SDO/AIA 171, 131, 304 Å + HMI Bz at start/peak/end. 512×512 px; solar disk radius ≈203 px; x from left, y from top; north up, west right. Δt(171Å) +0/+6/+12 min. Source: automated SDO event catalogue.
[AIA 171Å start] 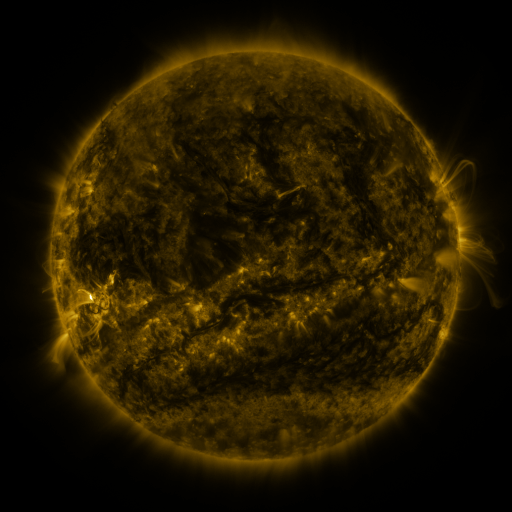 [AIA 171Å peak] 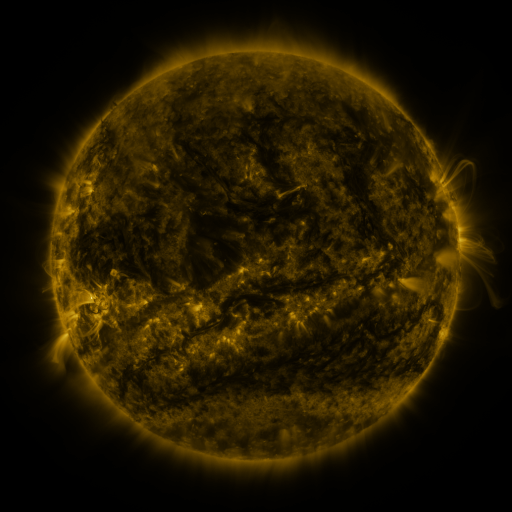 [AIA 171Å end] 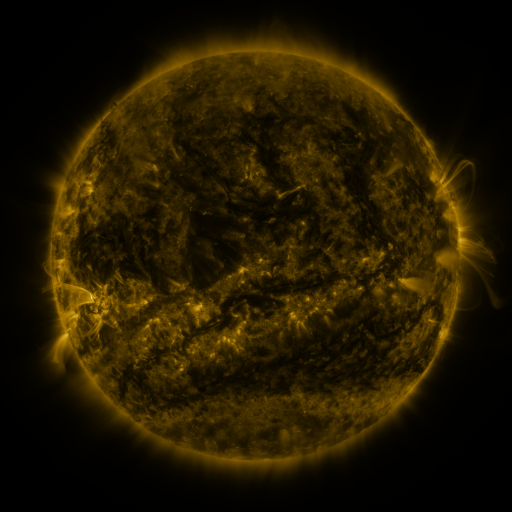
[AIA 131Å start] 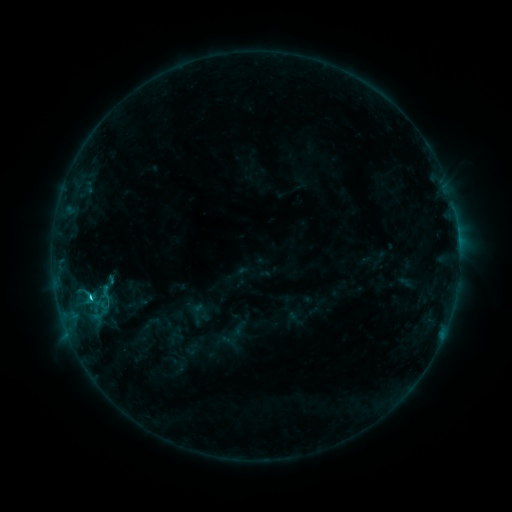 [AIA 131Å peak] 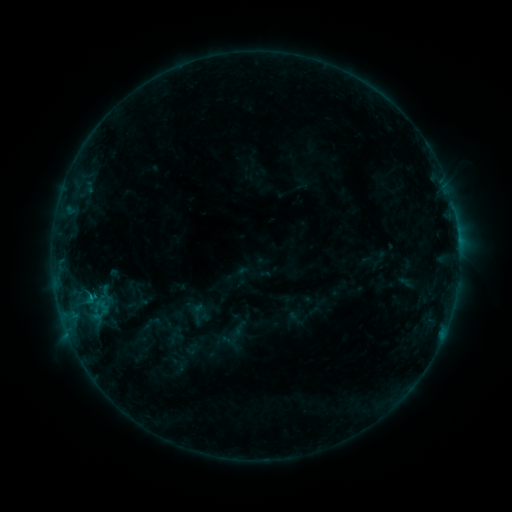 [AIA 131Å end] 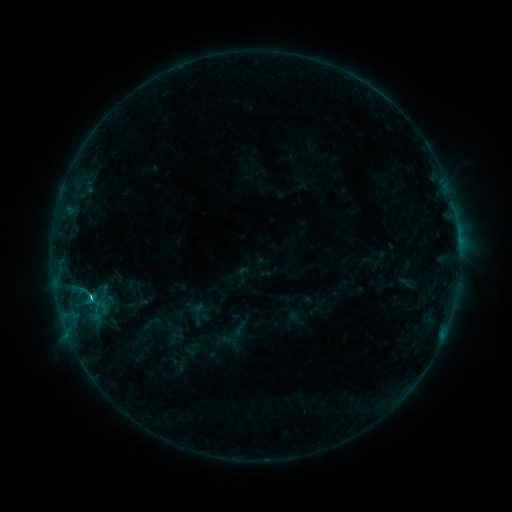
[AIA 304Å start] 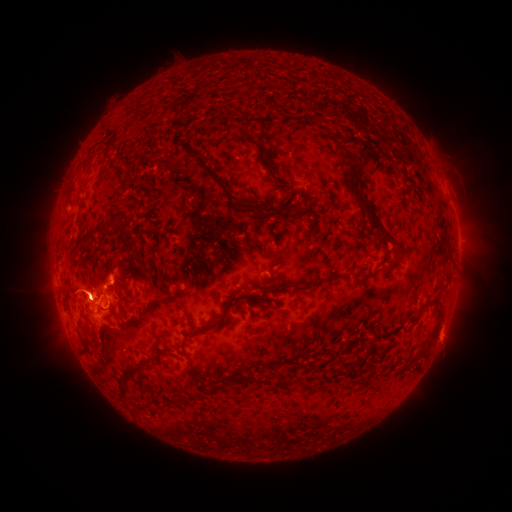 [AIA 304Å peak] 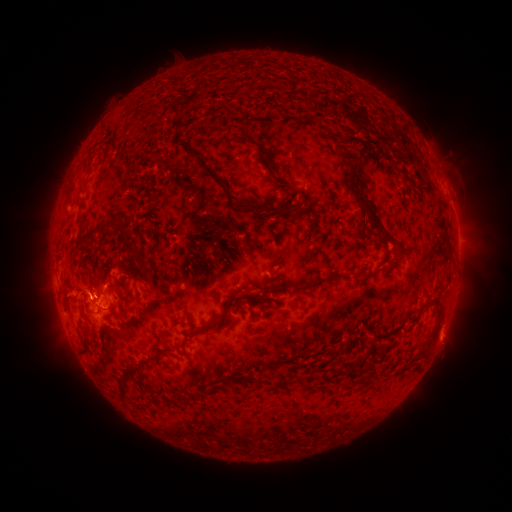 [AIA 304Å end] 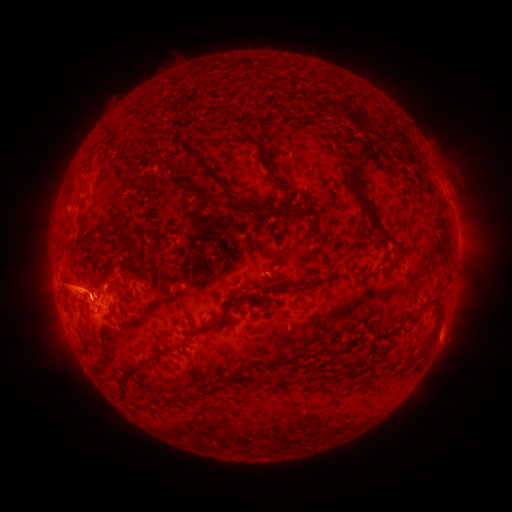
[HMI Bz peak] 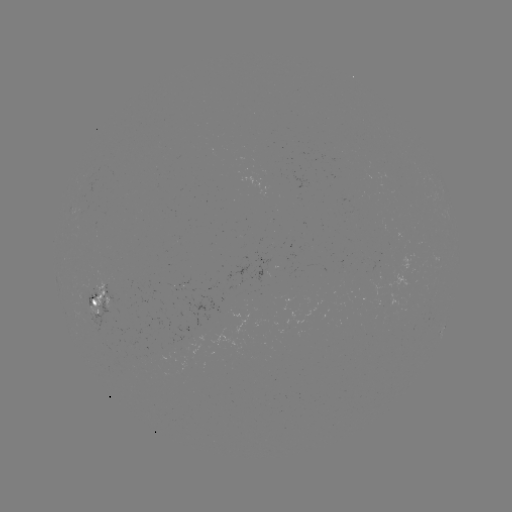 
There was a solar flare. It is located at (93, 297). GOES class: C3.0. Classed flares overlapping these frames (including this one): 2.